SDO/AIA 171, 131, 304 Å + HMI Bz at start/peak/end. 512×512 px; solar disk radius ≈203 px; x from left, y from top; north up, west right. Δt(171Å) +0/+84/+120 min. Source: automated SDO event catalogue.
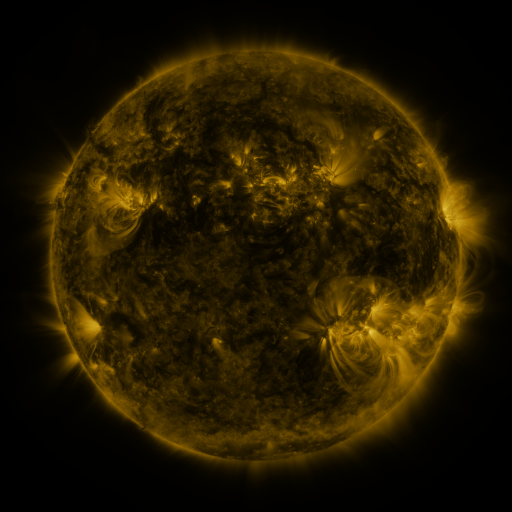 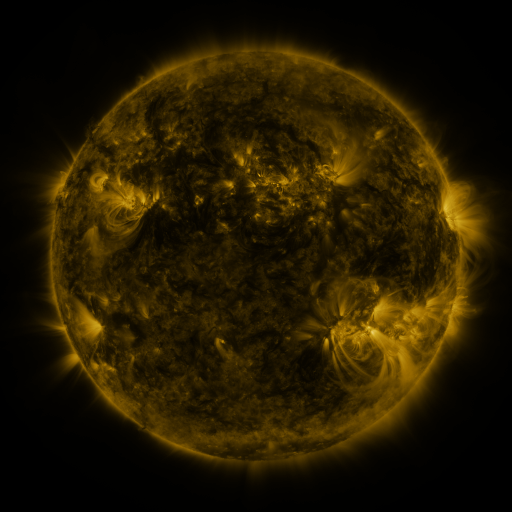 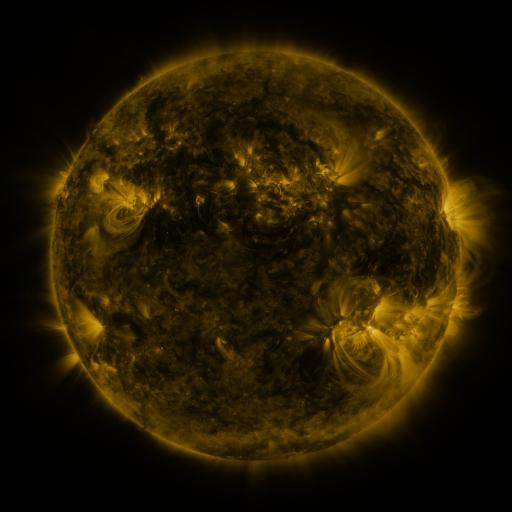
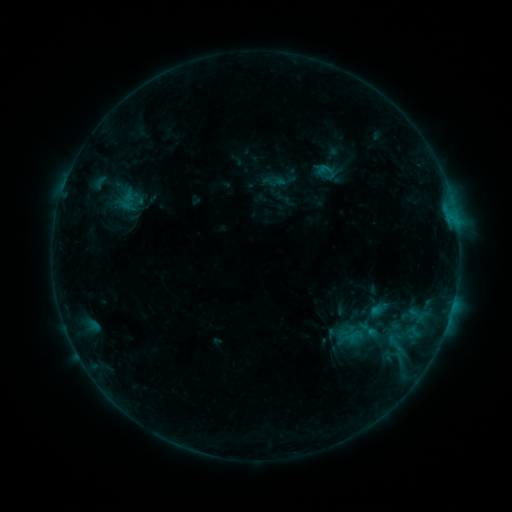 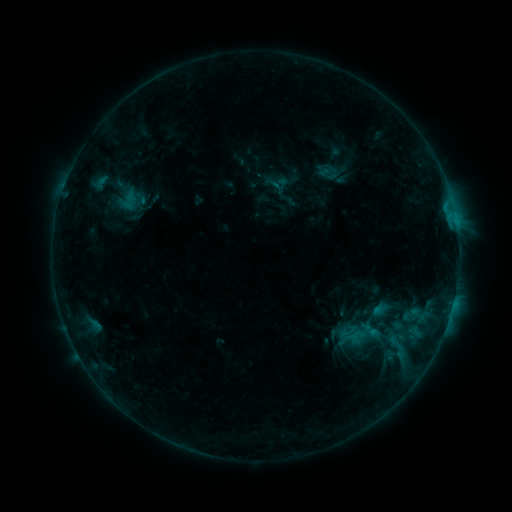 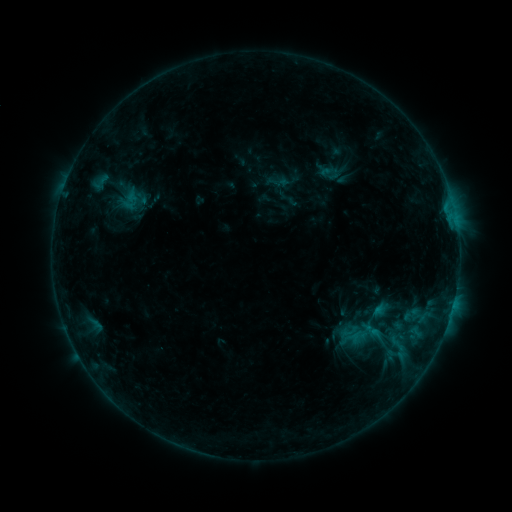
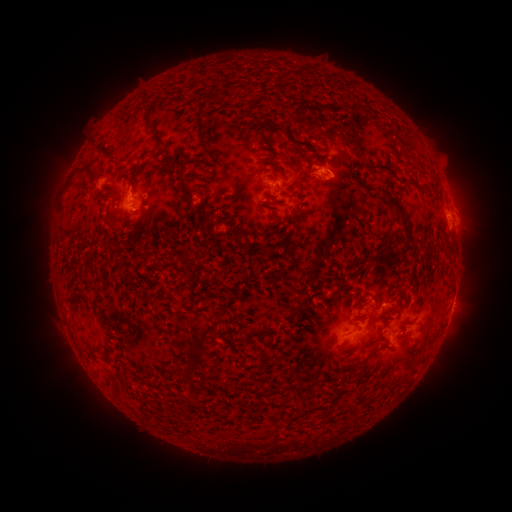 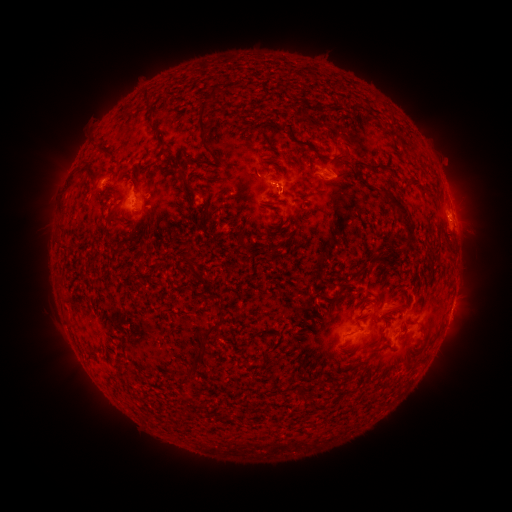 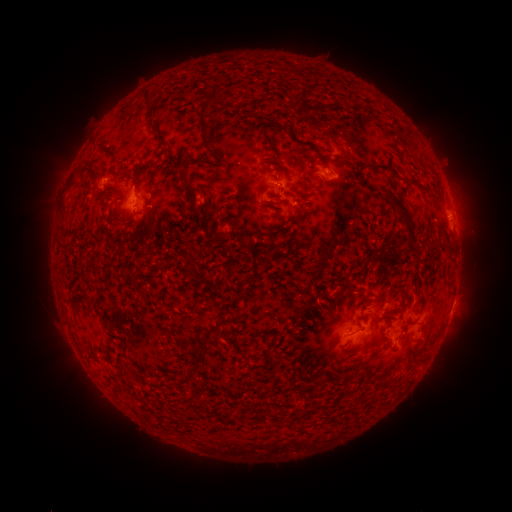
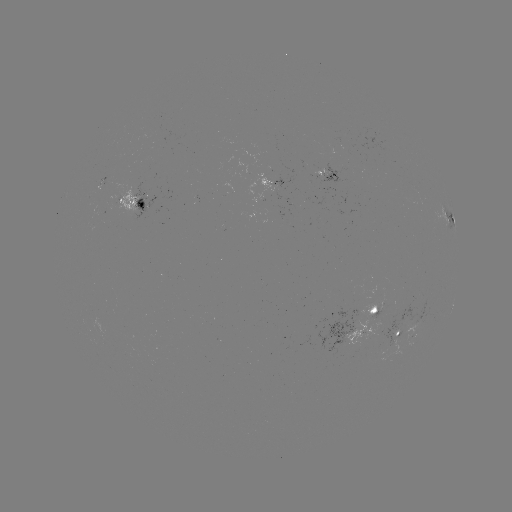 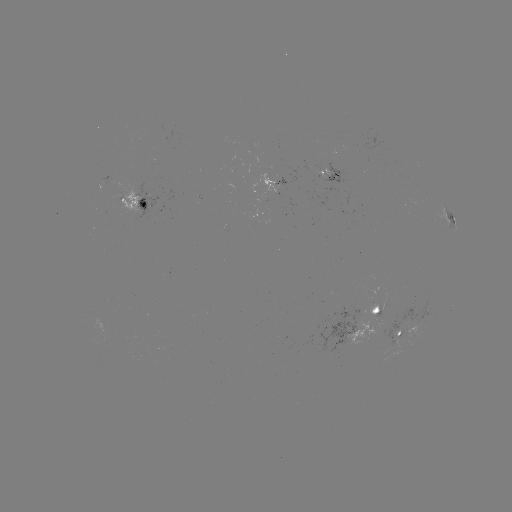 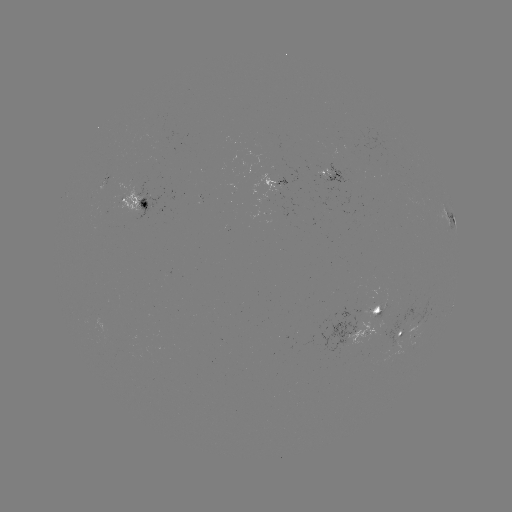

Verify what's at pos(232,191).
emerging-flux region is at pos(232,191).